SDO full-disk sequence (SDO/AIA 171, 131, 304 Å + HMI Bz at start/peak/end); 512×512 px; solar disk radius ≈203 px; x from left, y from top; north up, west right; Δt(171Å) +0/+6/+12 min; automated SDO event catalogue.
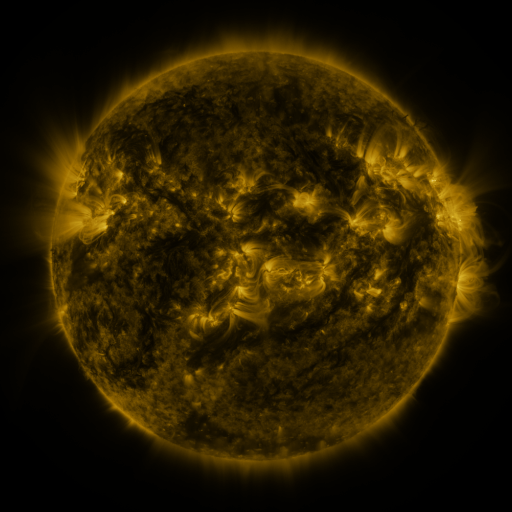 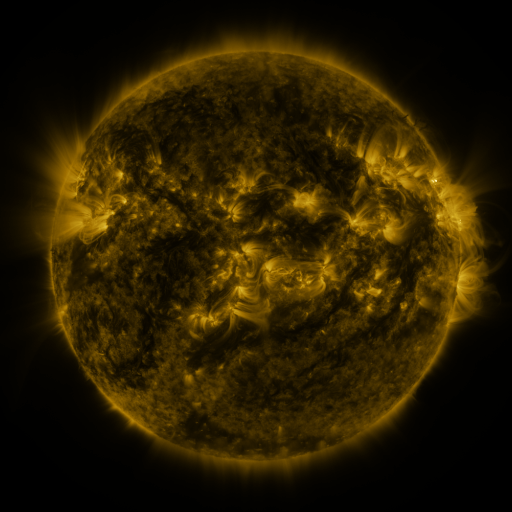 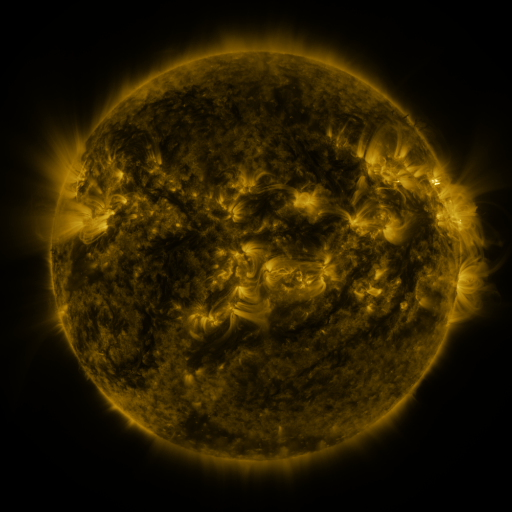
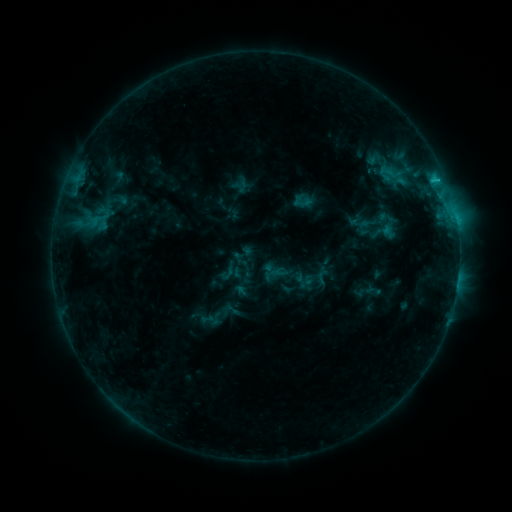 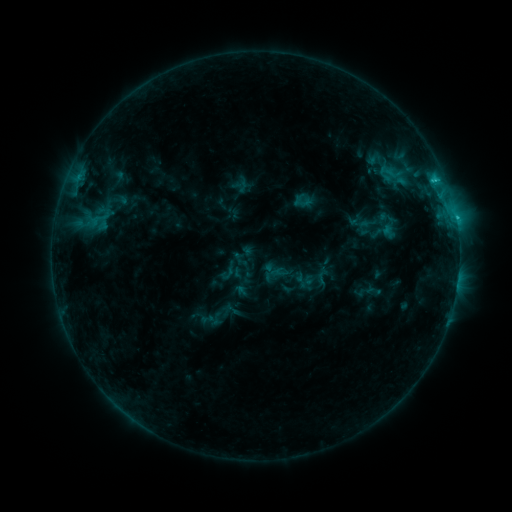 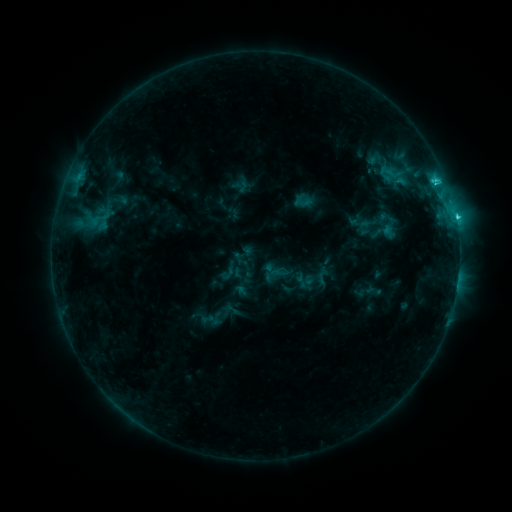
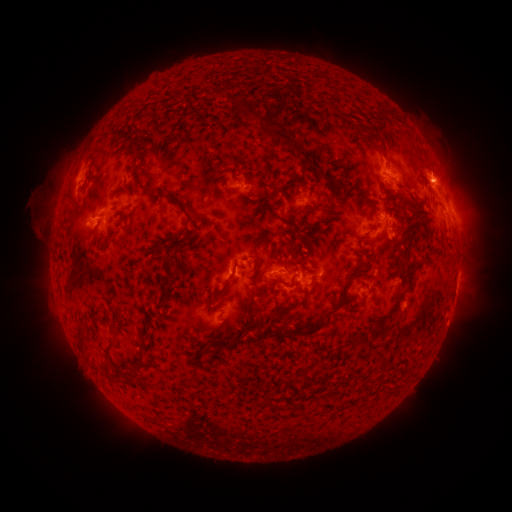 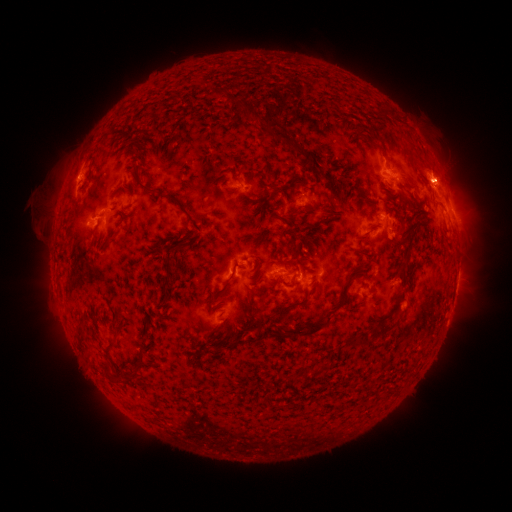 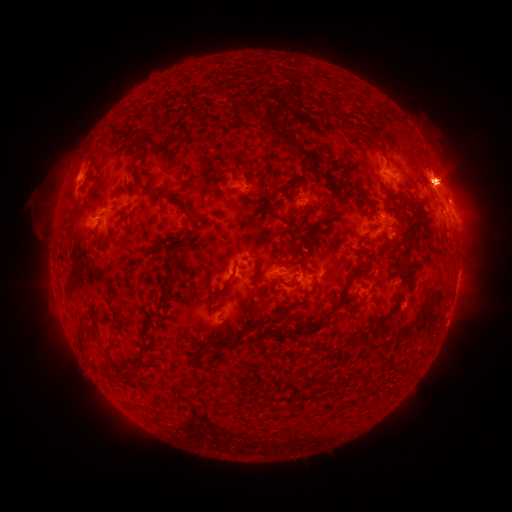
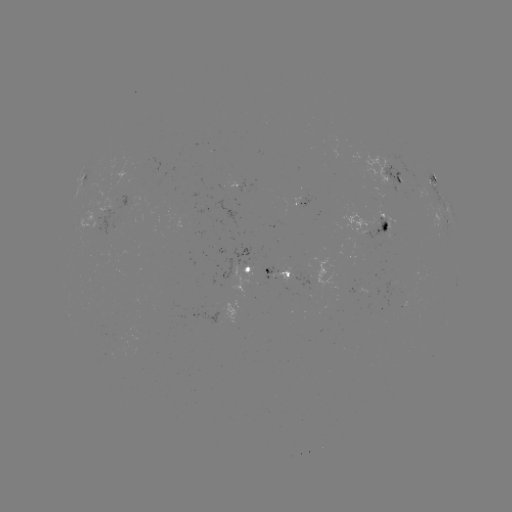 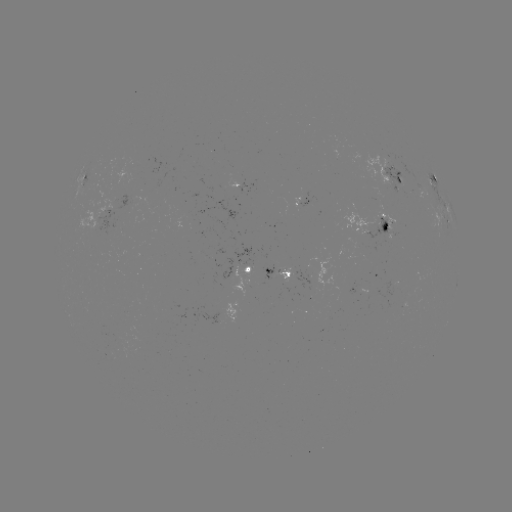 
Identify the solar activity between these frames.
eruption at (451, 180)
